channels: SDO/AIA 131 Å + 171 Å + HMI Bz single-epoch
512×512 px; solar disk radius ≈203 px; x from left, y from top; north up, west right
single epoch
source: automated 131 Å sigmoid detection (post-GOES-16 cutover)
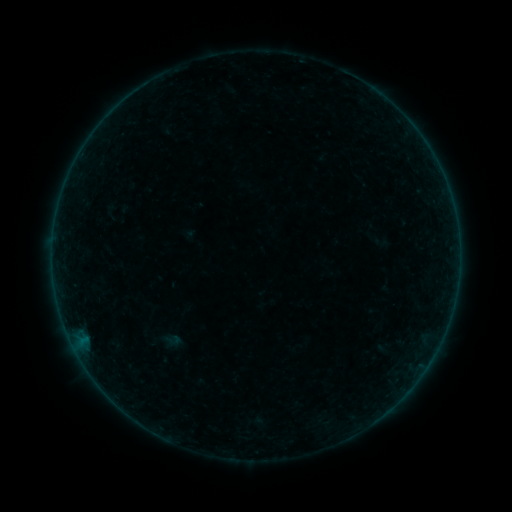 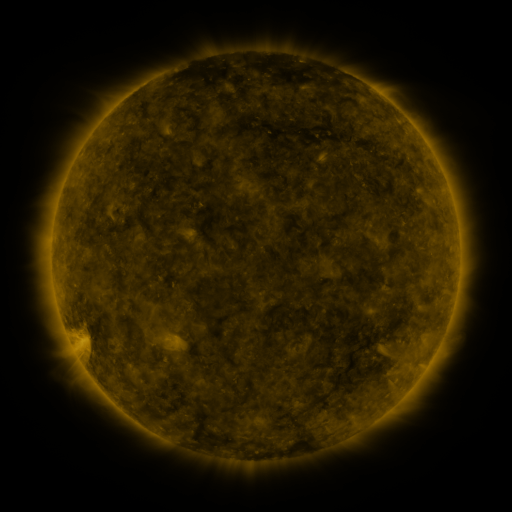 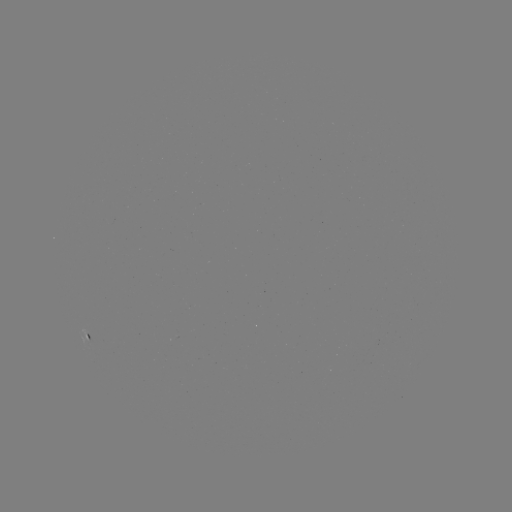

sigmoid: [161, 330, 184, 349]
